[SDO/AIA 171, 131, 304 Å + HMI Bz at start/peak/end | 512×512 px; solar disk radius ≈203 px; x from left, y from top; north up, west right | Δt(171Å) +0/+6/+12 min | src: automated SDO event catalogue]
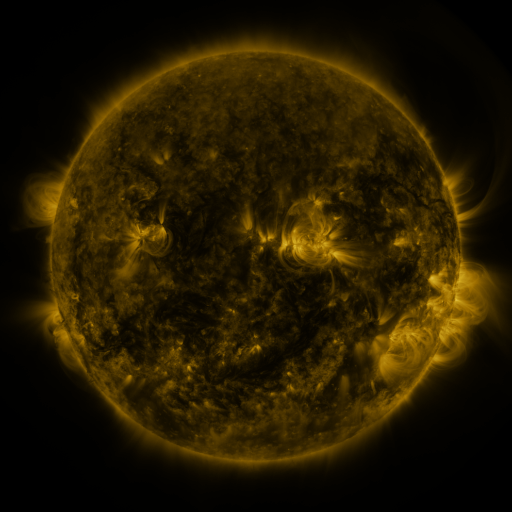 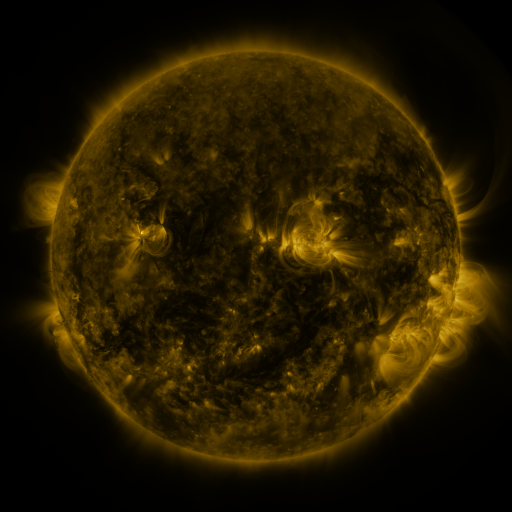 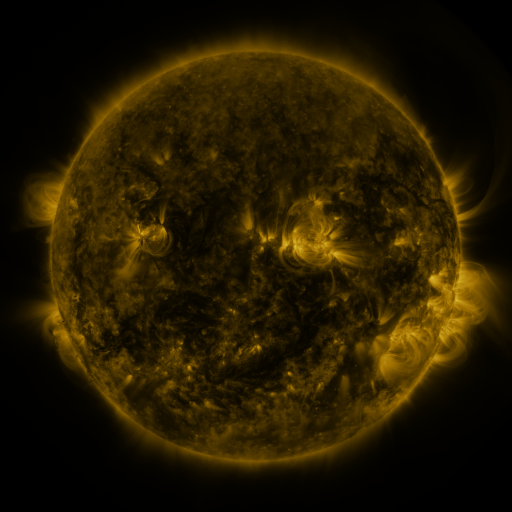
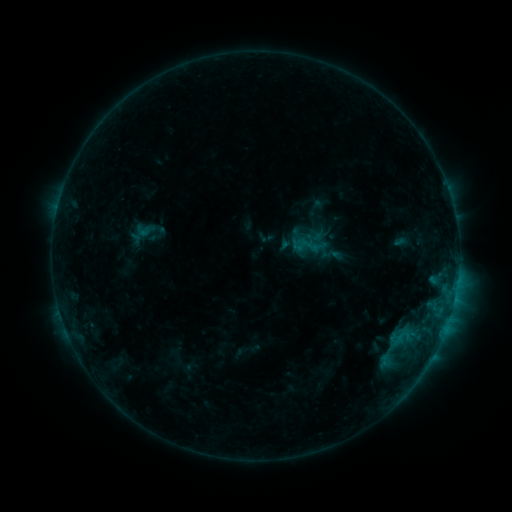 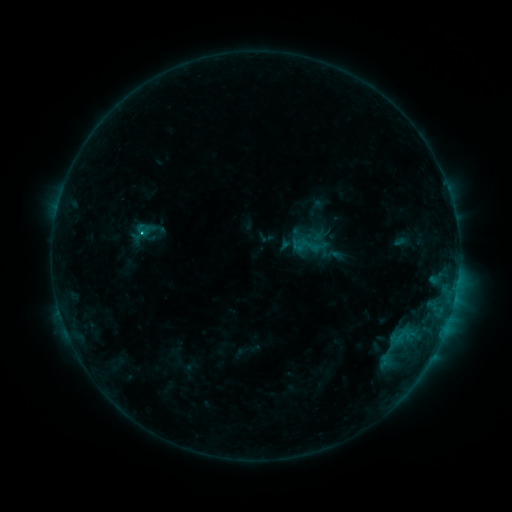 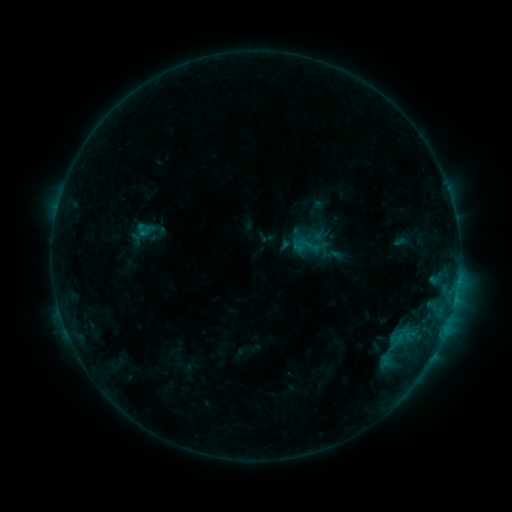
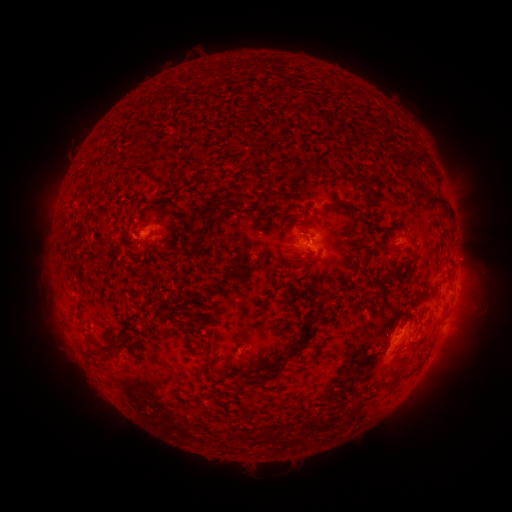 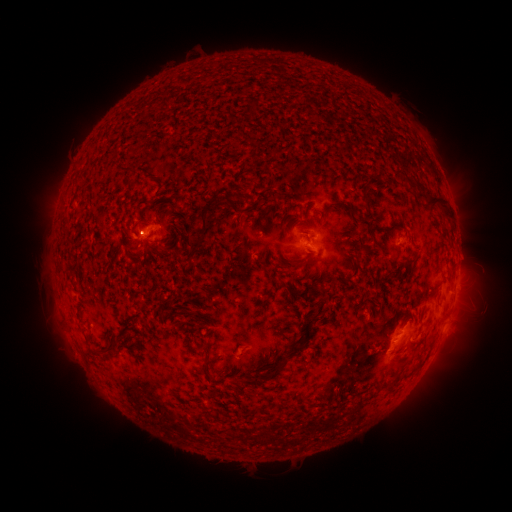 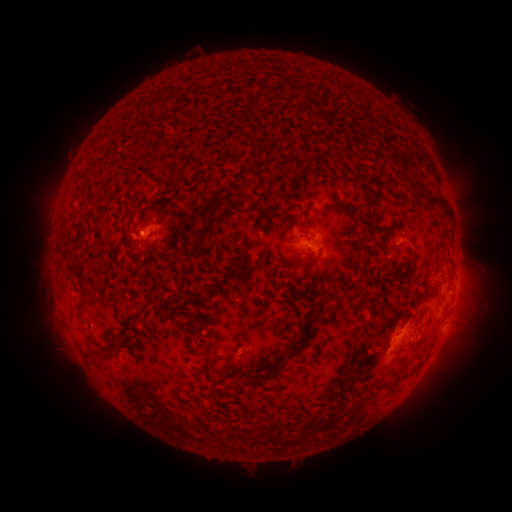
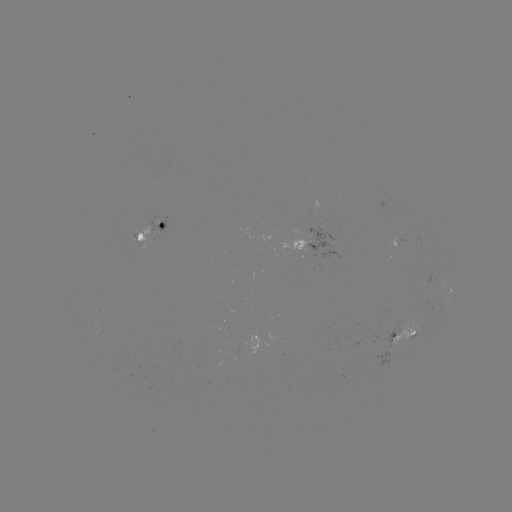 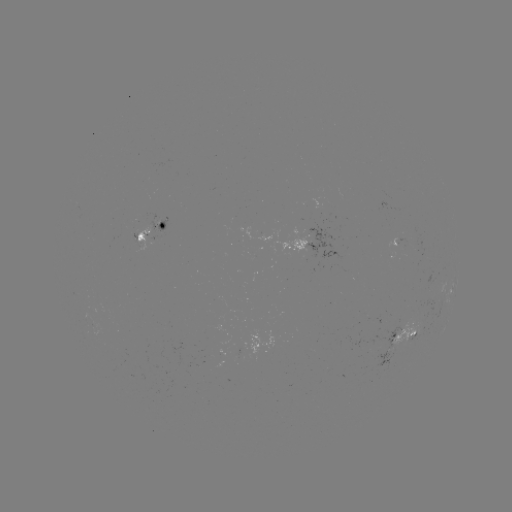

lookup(B7.2 flare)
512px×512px [144, 235]